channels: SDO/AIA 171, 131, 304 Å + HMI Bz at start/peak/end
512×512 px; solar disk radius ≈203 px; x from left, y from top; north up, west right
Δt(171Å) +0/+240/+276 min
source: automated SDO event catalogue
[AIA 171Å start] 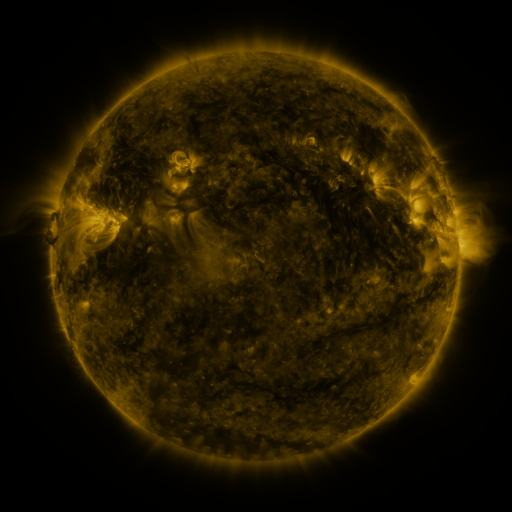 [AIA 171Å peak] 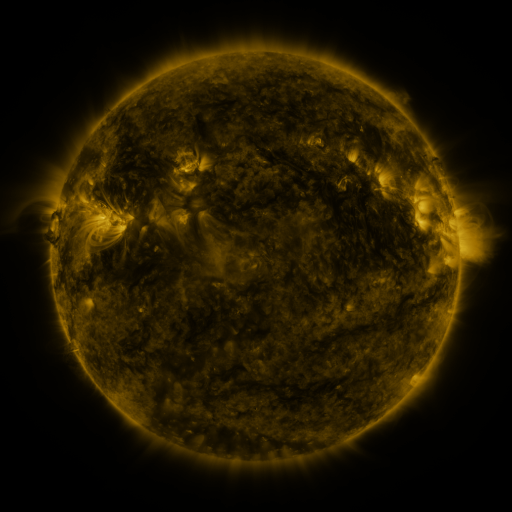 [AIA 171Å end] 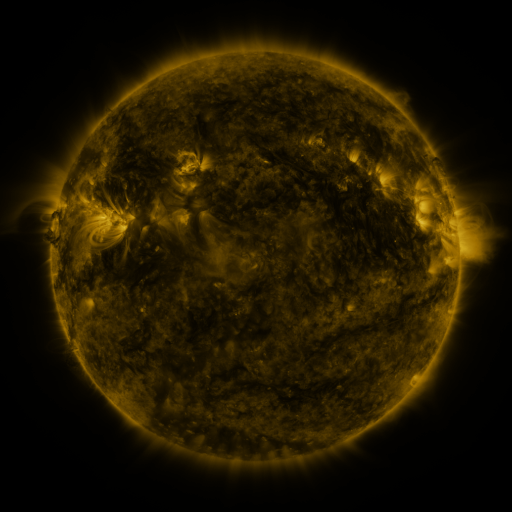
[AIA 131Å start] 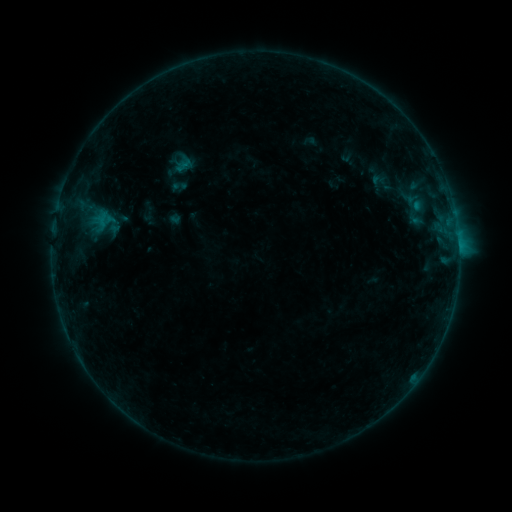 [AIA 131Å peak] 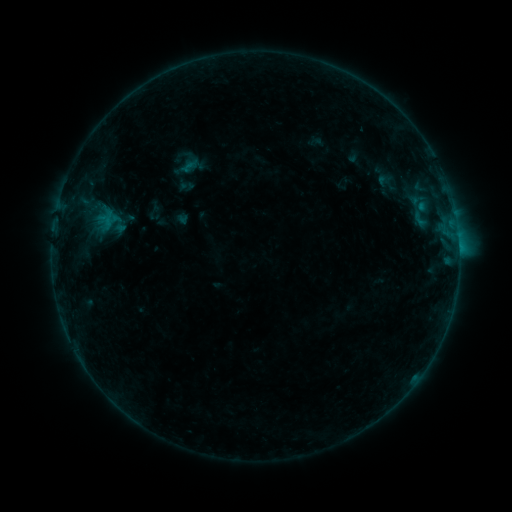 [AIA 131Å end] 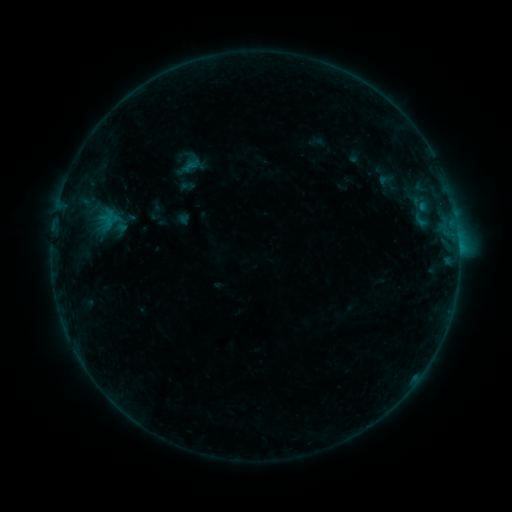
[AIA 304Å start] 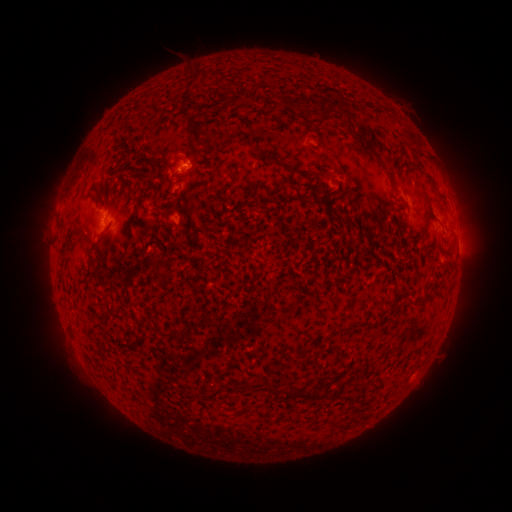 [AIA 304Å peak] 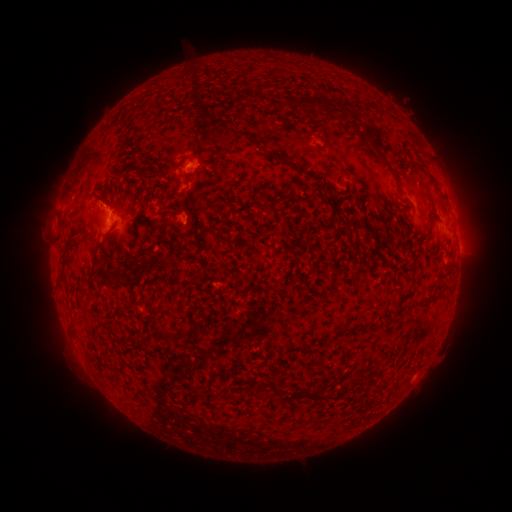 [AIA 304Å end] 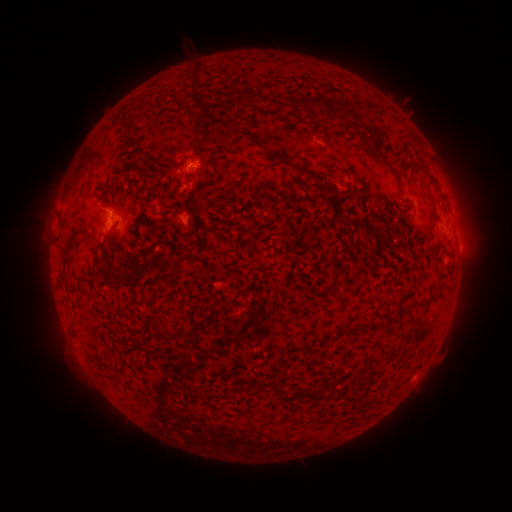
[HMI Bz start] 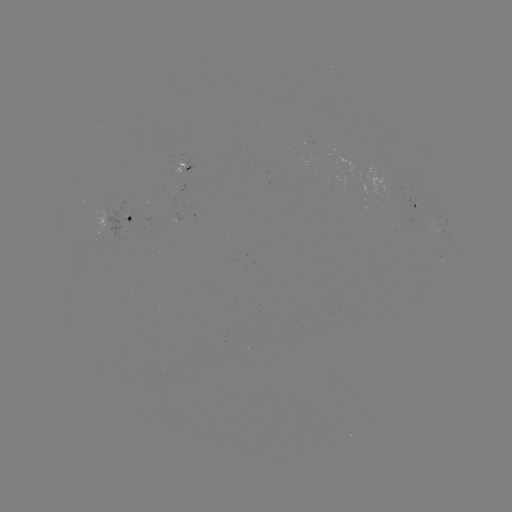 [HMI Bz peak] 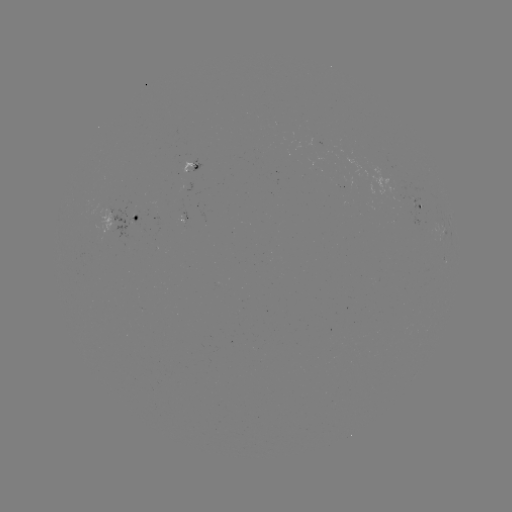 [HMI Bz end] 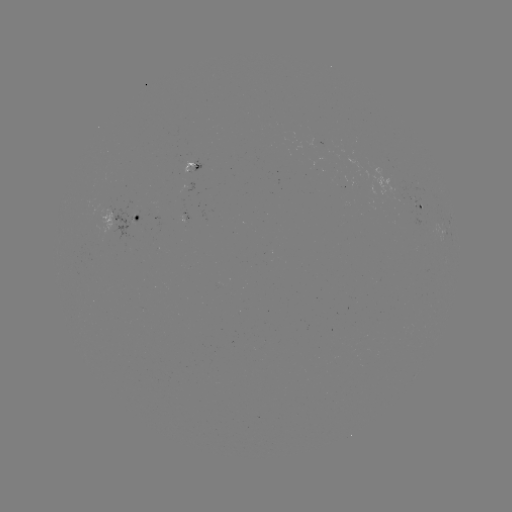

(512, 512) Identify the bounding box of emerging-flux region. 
[181, 154, 193, 172].